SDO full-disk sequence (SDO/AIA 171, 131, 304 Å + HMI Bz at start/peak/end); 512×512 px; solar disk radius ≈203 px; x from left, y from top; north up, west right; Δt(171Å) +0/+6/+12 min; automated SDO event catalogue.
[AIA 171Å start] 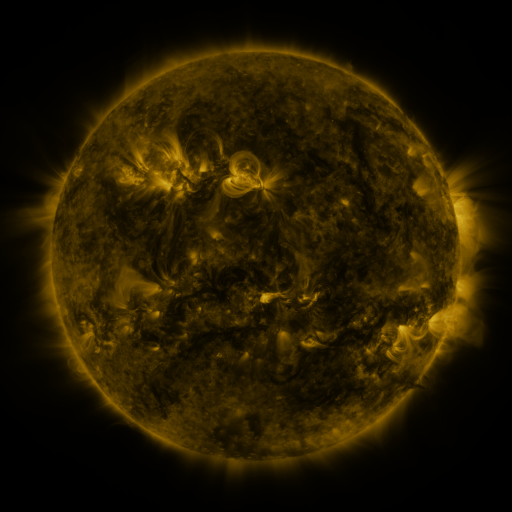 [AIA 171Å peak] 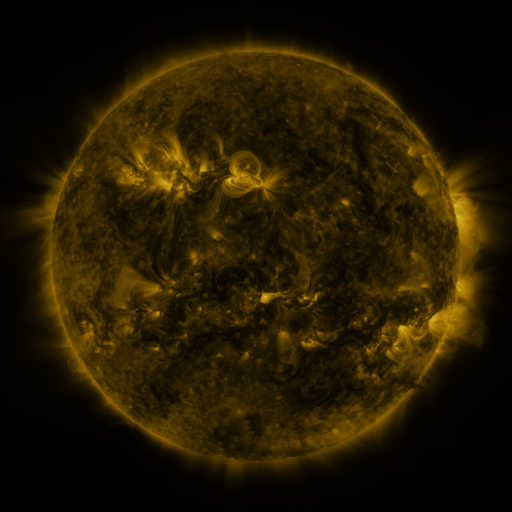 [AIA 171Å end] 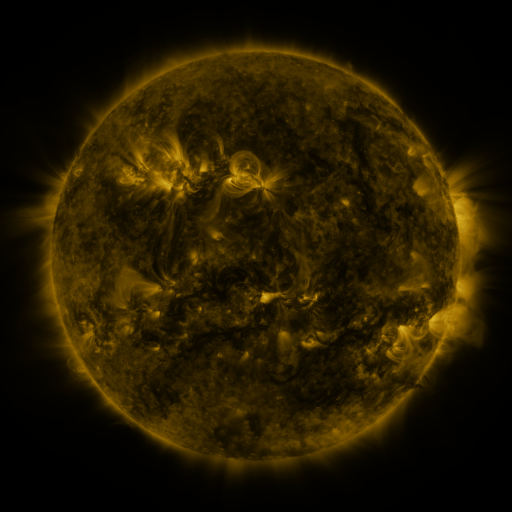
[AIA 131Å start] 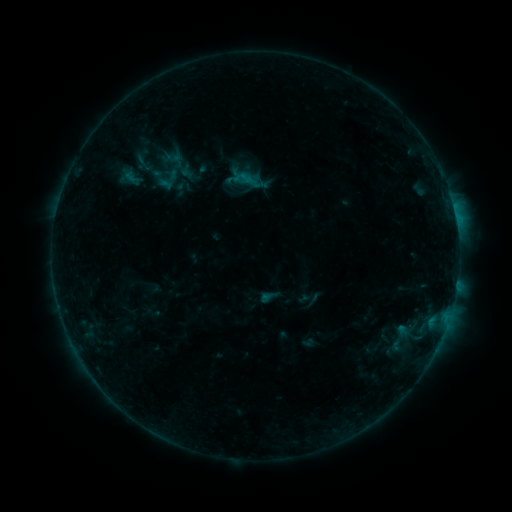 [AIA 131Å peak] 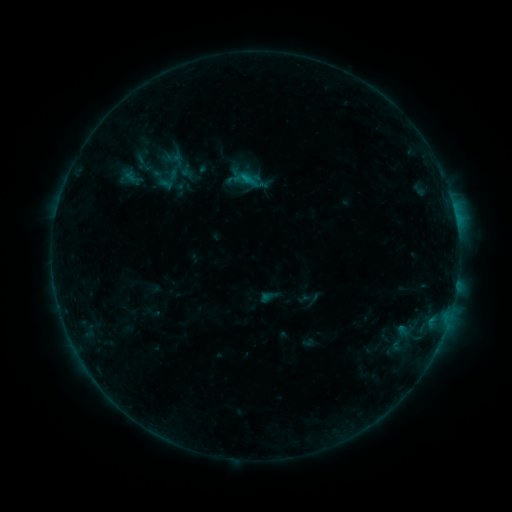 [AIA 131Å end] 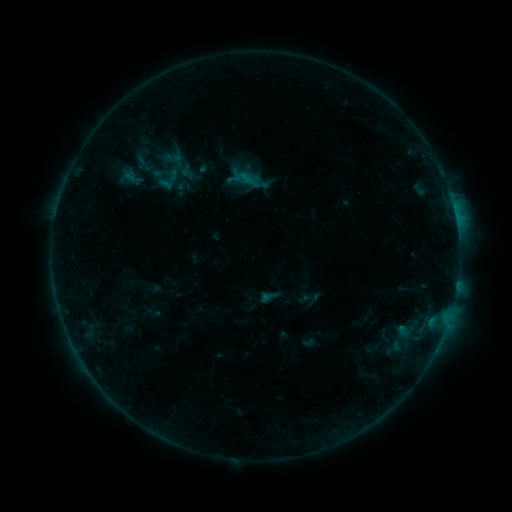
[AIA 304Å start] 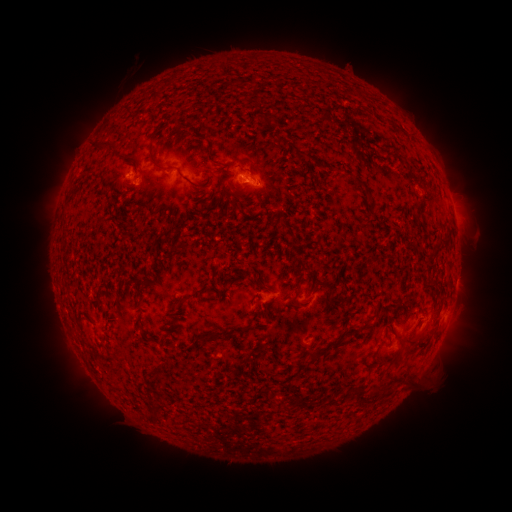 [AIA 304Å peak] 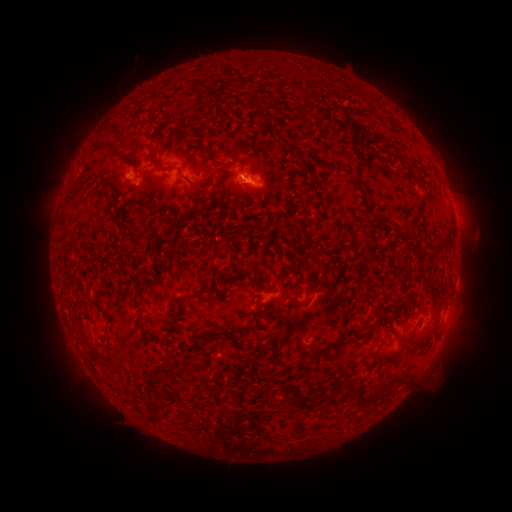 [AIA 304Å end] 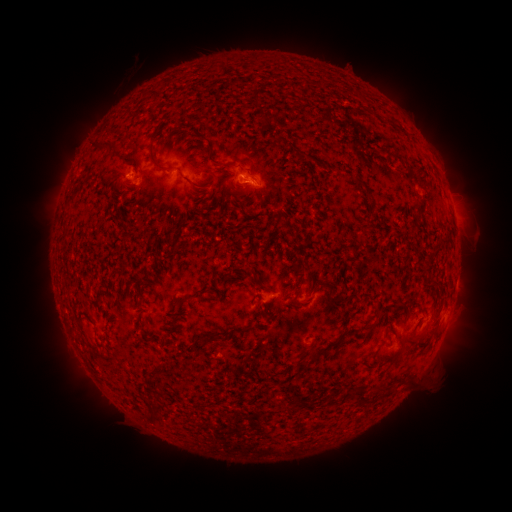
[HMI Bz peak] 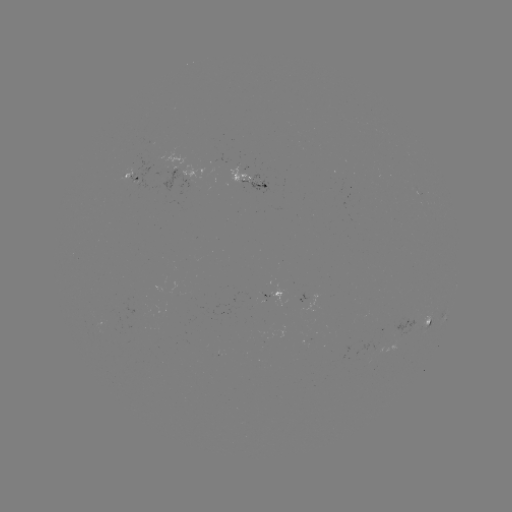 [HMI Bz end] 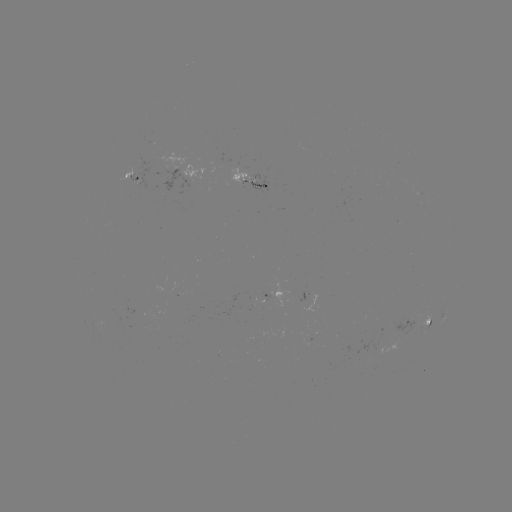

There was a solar flare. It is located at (249, 181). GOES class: B4.2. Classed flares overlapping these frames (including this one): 1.